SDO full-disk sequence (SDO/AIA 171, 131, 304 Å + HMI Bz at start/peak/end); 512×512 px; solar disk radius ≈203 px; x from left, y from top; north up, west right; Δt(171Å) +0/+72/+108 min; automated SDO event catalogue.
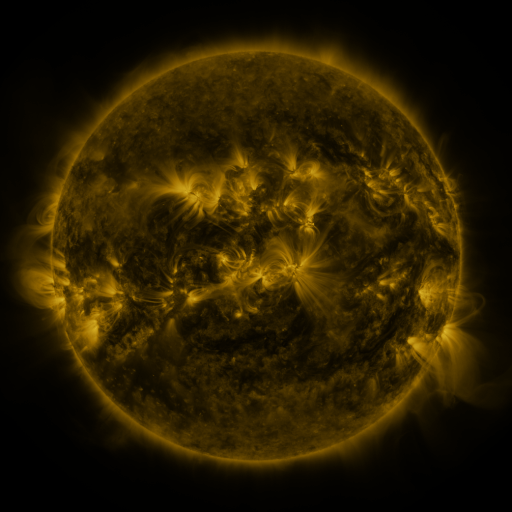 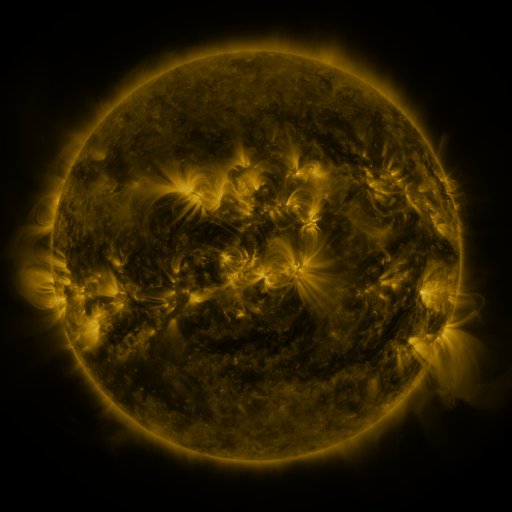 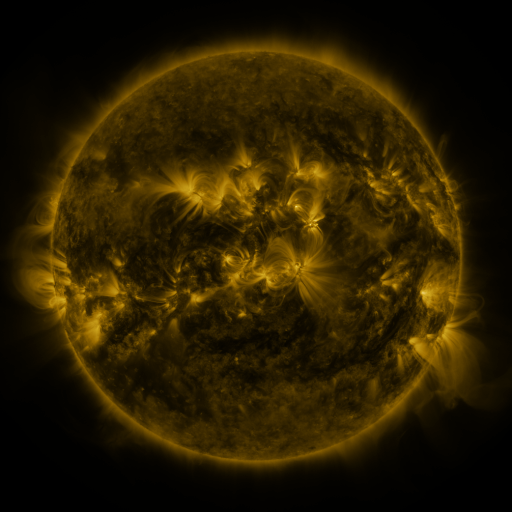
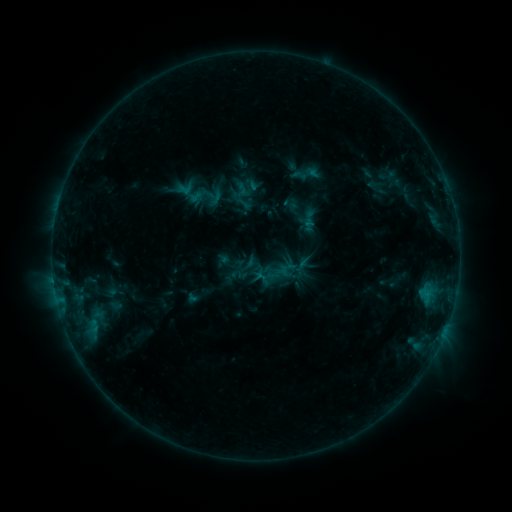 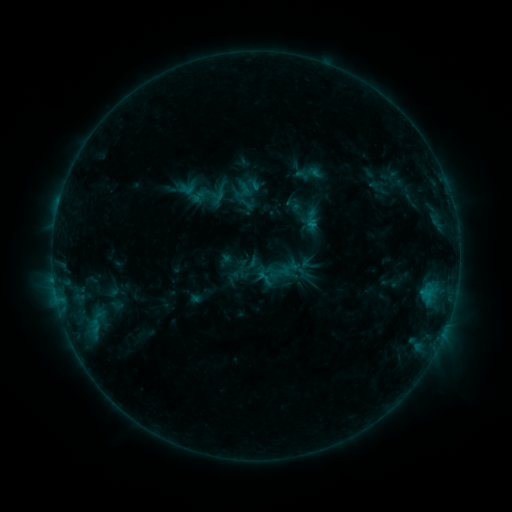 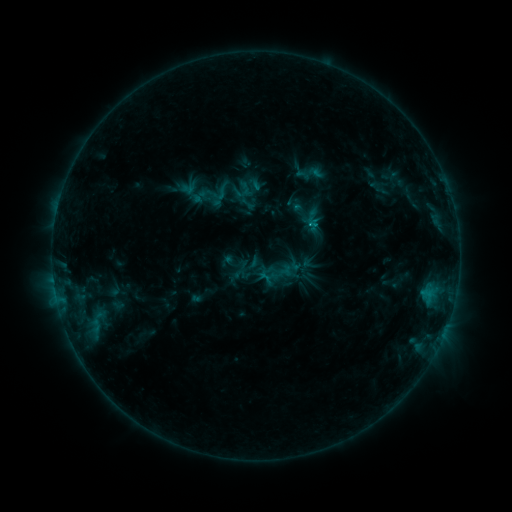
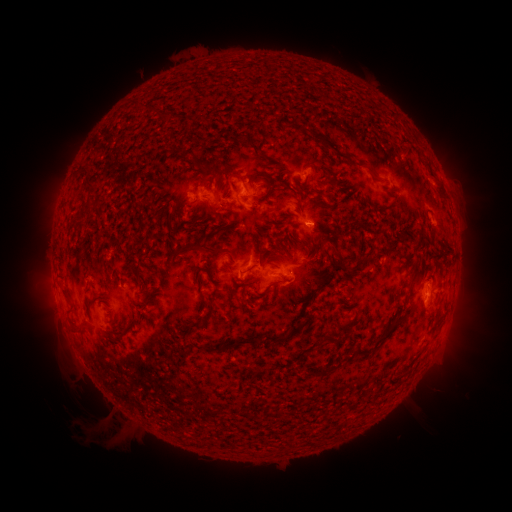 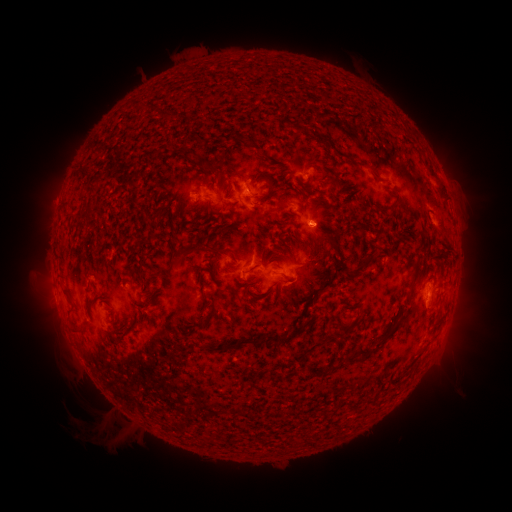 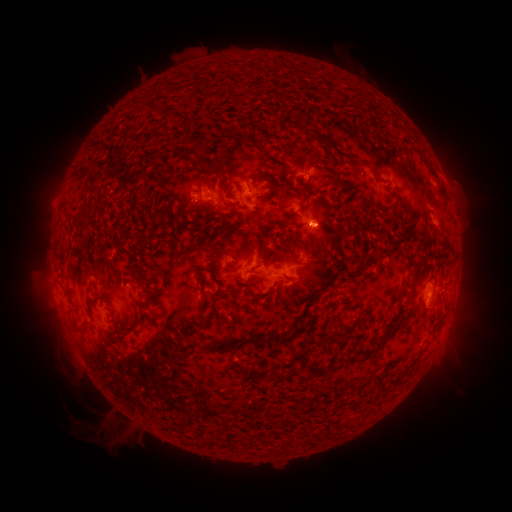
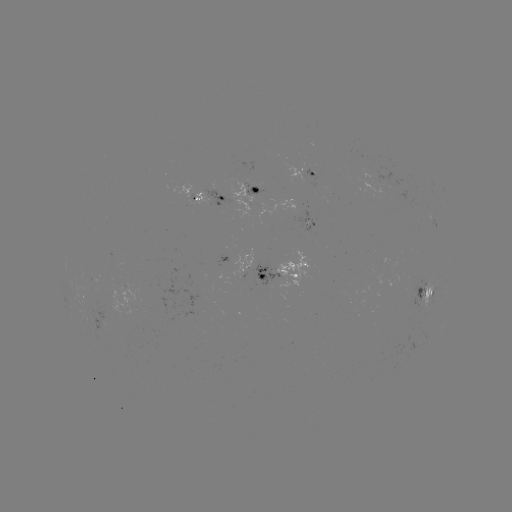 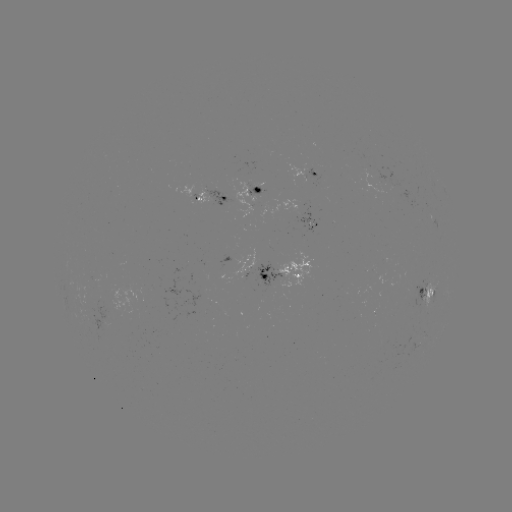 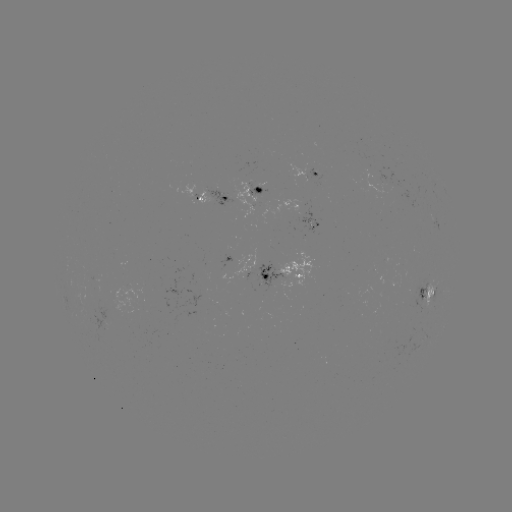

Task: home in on emerging-flux region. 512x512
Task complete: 222,196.